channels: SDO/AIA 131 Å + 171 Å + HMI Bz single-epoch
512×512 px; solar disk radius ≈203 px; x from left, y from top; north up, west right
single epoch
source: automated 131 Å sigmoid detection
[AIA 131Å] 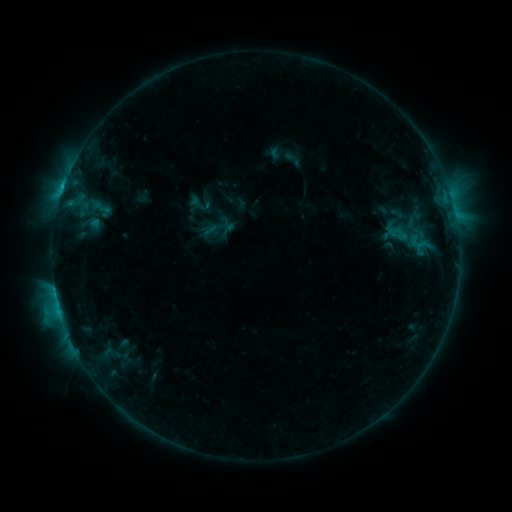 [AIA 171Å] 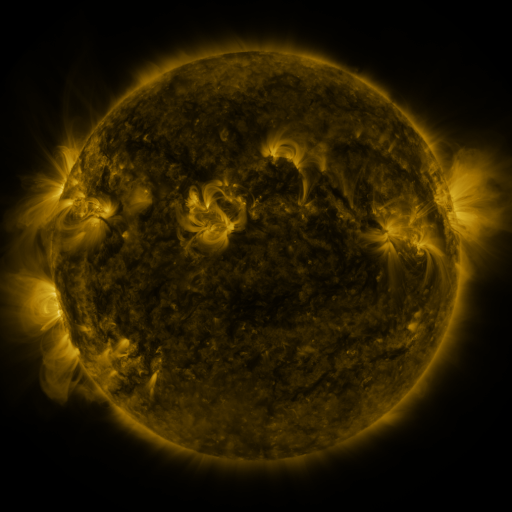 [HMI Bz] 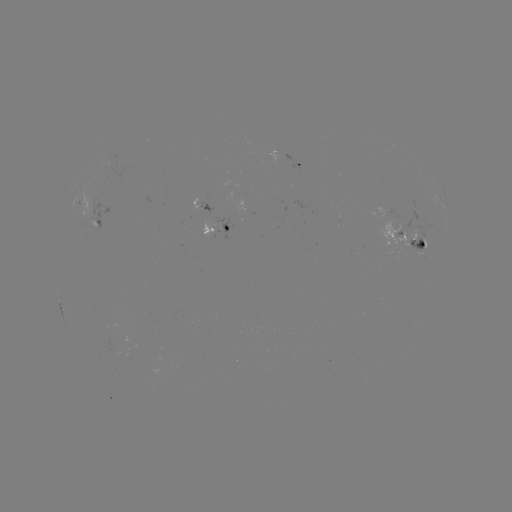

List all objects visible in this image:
sigmoid: [280, 149, 305, 169]
sigmoid: [388, 222, 424, 252]
